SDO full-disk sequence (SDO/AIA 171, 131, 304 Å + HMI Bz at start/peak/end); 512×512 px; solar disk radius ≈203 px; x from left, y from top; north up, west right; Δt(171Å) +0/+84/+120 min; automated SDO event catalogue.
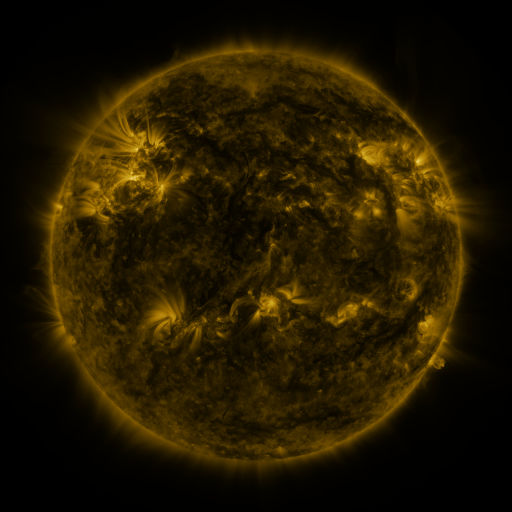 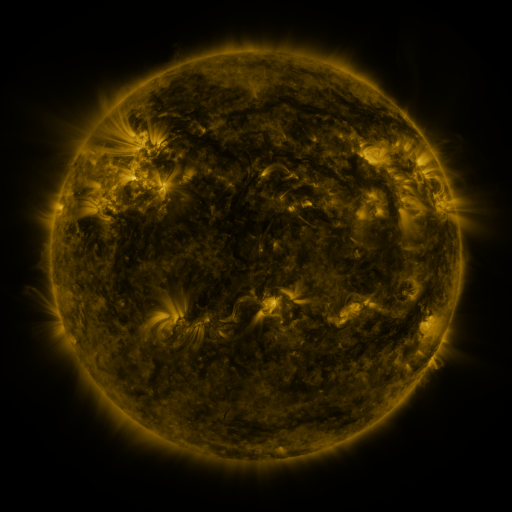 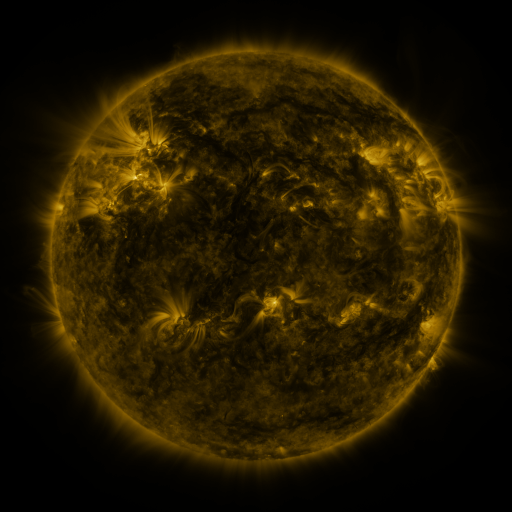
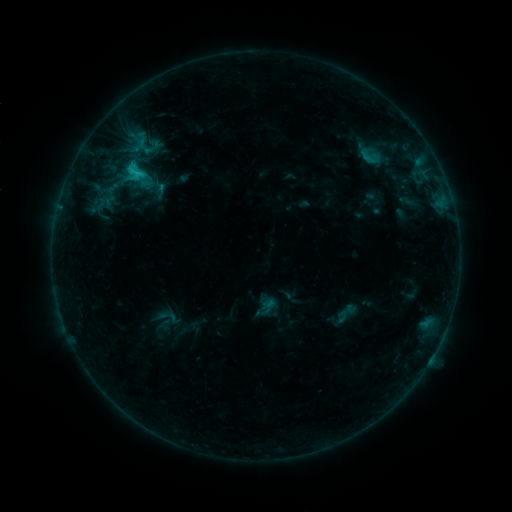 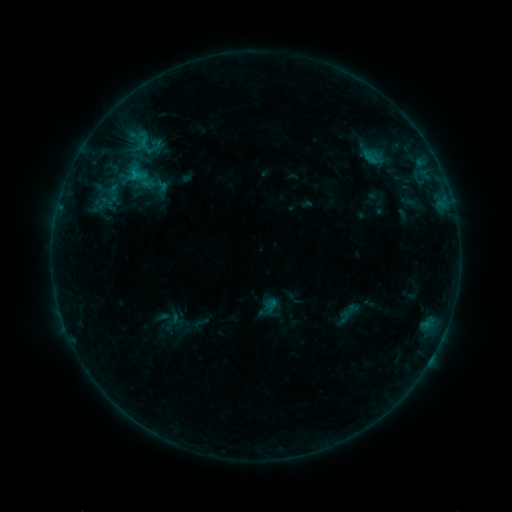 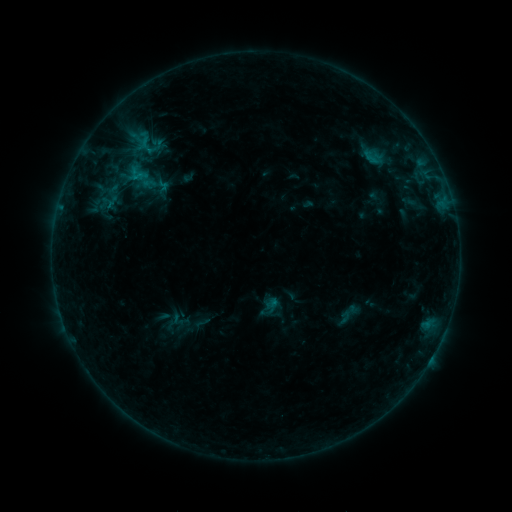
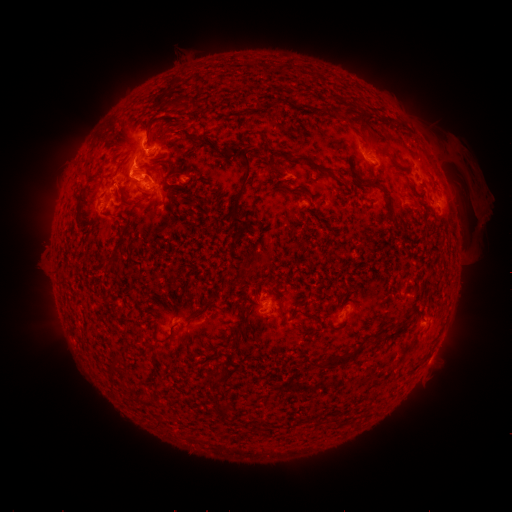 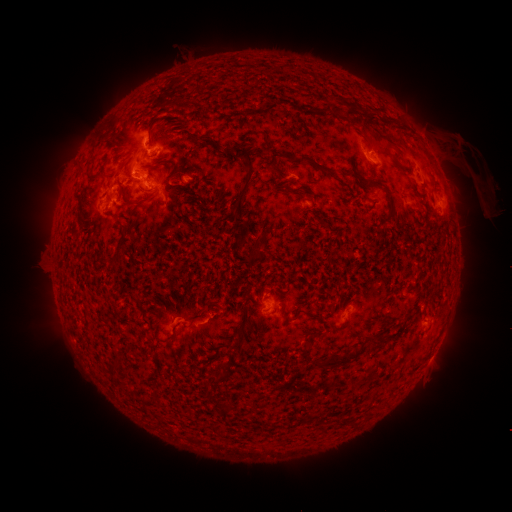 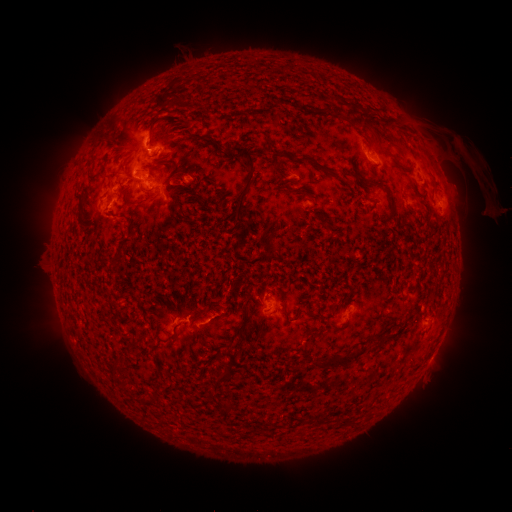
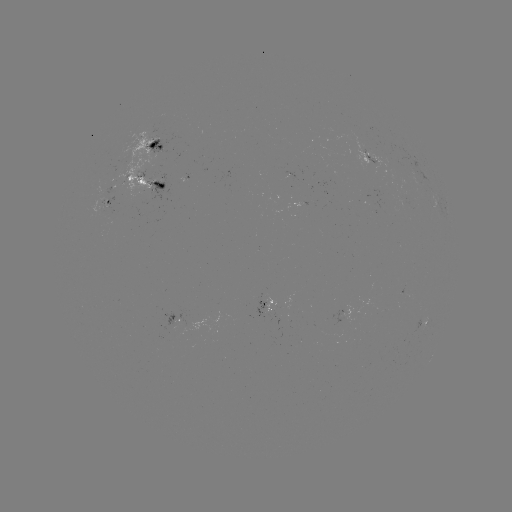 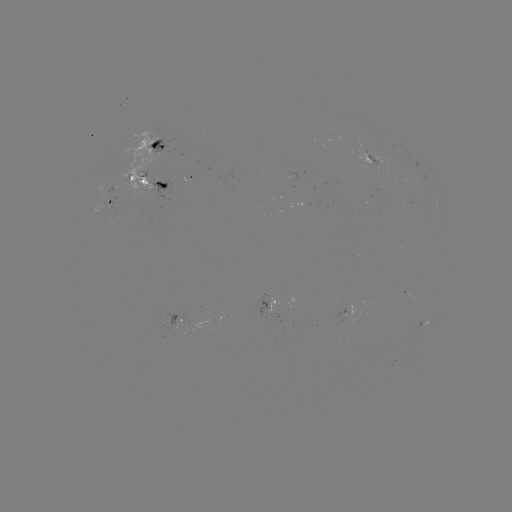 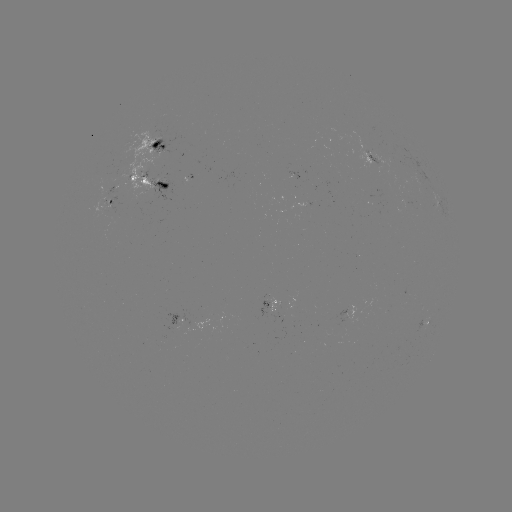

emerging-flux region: <bbox>91, 212, 106, 218</bbox>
